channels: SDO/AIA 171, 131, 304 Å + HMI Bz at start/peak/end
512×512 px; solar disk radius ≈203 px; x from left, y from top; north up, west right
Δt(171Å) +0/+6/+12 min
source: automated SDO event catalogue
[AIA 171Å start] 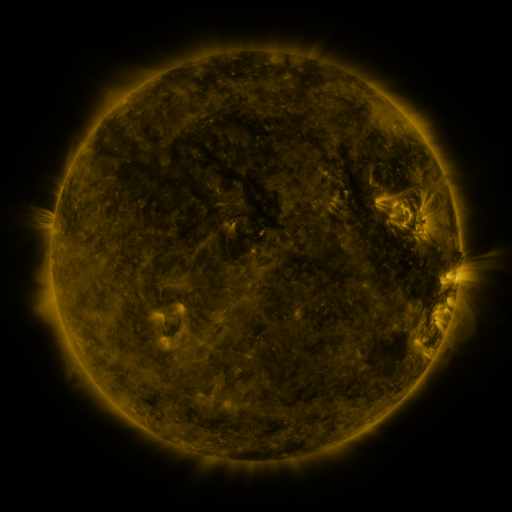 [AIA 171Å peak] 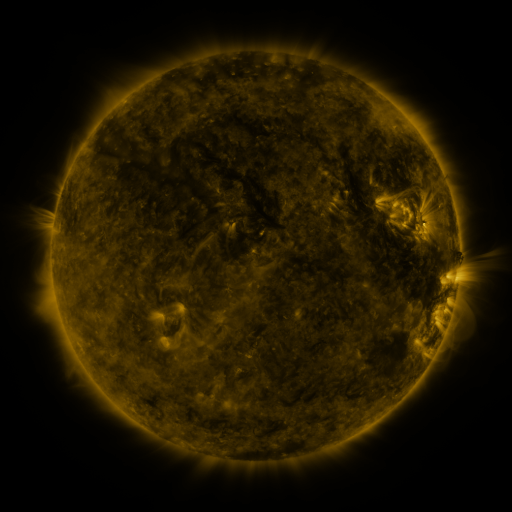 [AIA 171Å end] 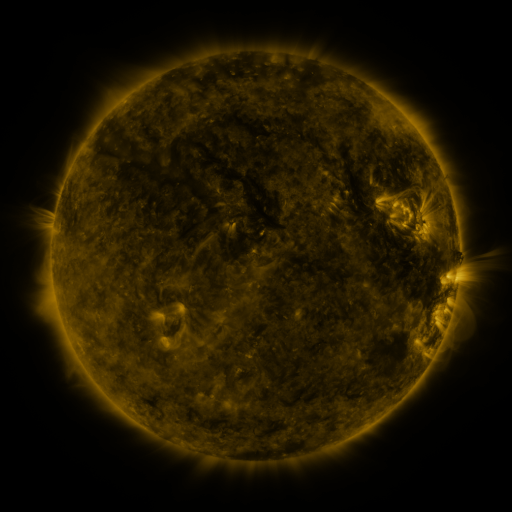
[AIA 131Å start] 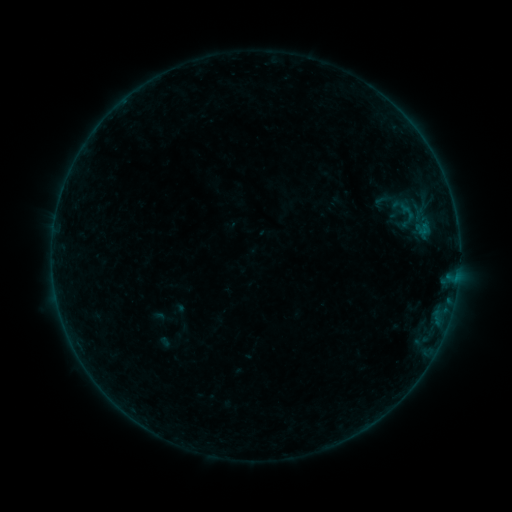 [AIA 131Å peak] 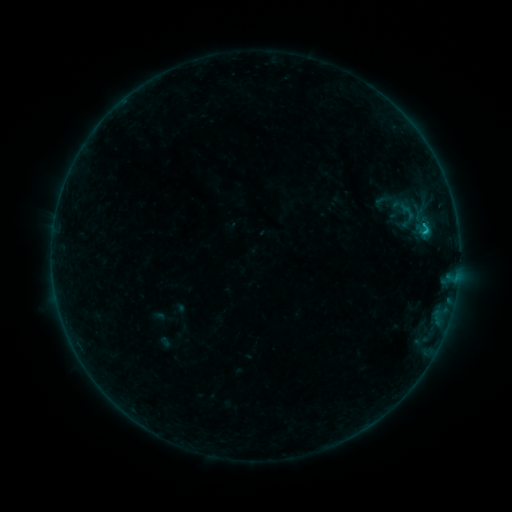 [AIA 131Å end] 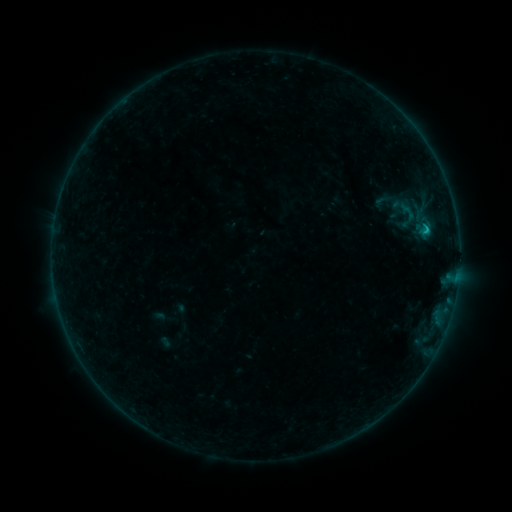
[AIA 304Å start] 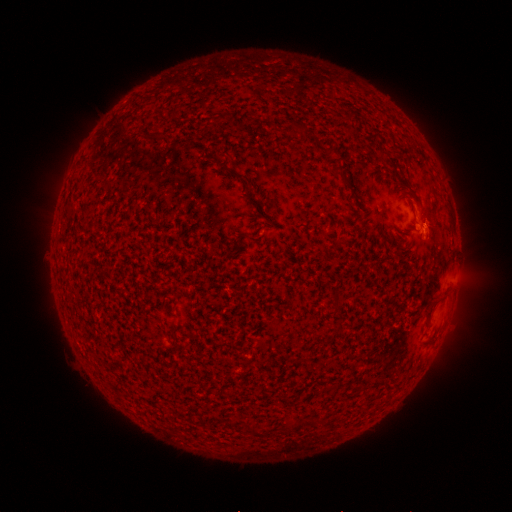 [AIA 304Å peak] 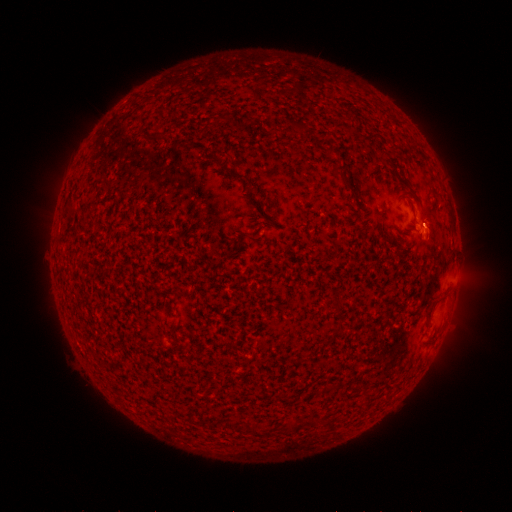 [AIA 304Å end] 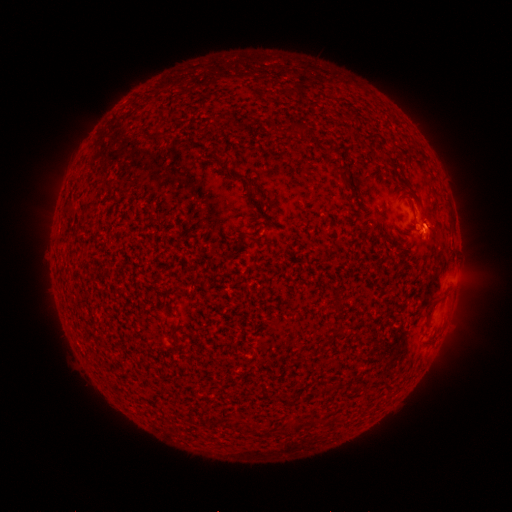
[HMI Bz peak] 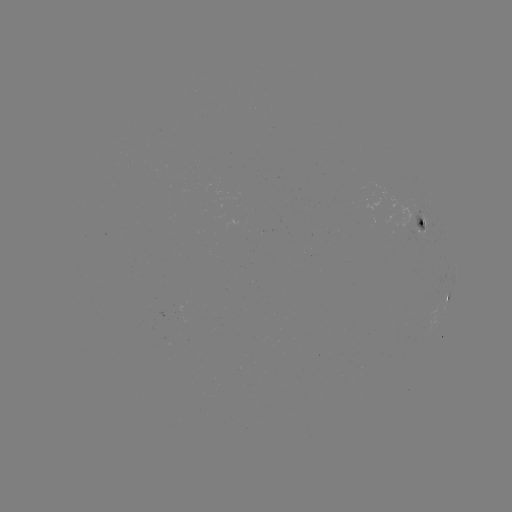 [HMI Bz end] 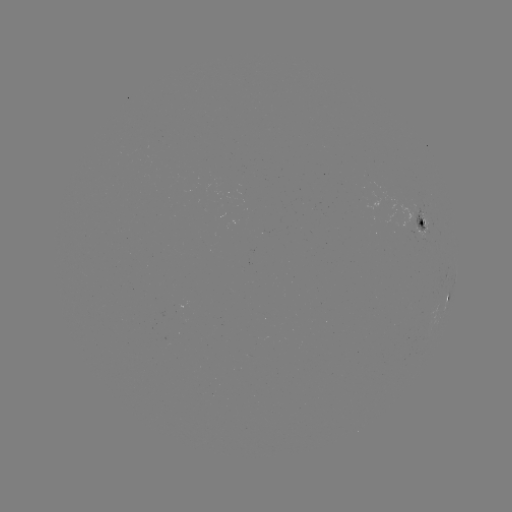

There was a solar flare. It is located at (424, 233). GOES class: B5.5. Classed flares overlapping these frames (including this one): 2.